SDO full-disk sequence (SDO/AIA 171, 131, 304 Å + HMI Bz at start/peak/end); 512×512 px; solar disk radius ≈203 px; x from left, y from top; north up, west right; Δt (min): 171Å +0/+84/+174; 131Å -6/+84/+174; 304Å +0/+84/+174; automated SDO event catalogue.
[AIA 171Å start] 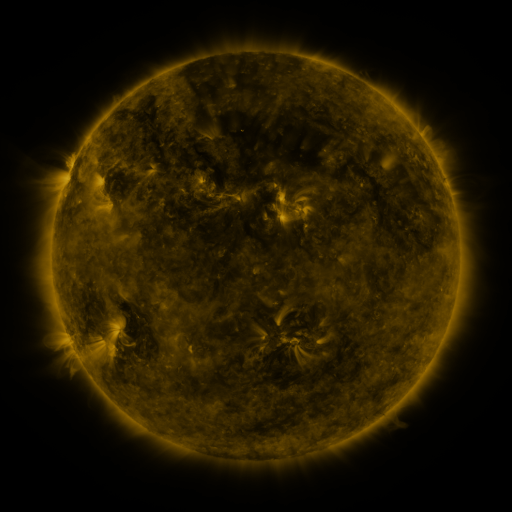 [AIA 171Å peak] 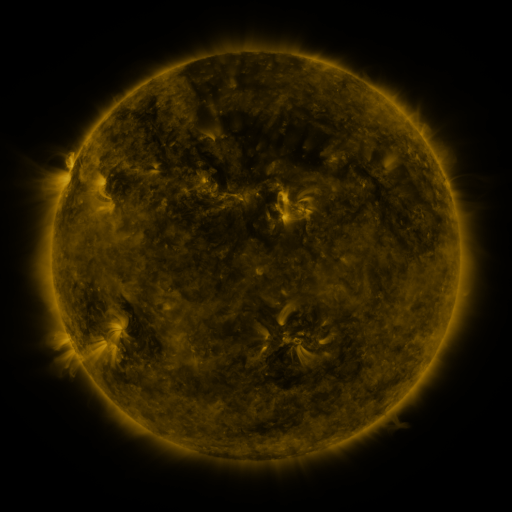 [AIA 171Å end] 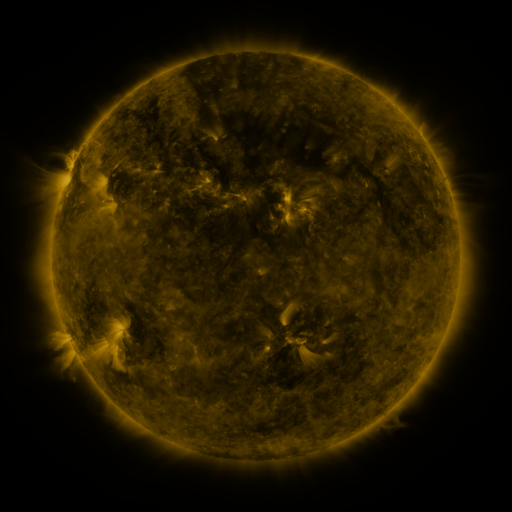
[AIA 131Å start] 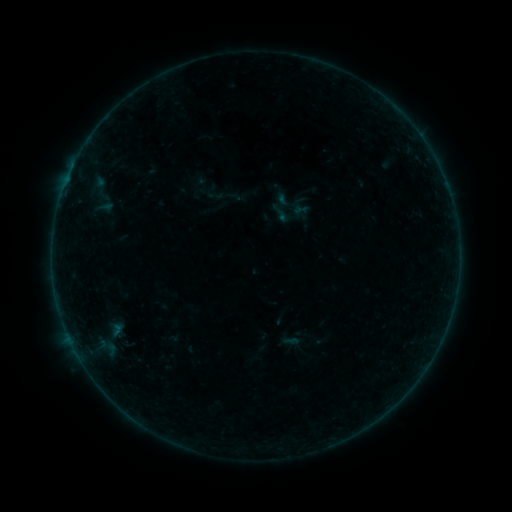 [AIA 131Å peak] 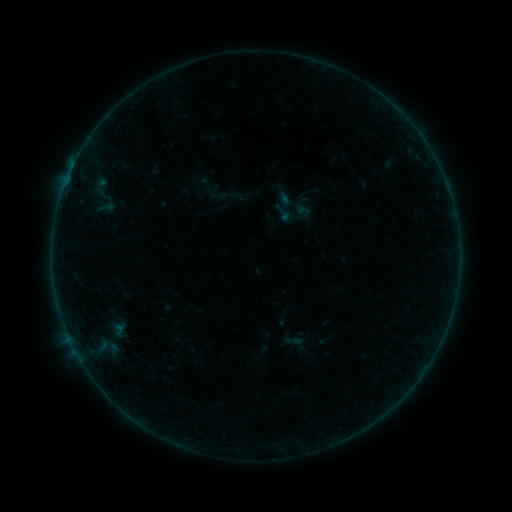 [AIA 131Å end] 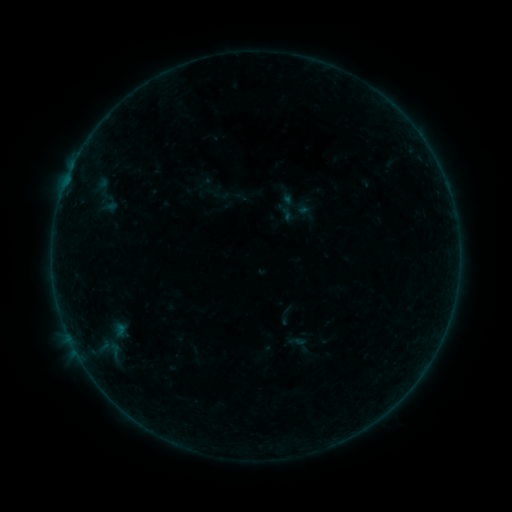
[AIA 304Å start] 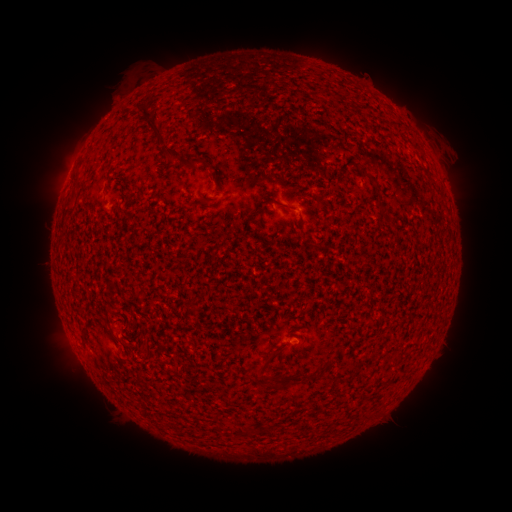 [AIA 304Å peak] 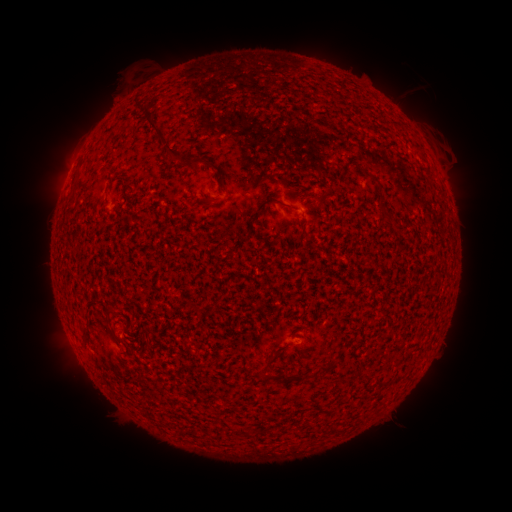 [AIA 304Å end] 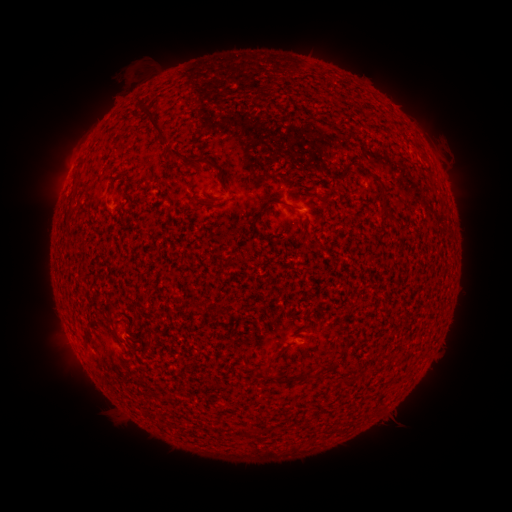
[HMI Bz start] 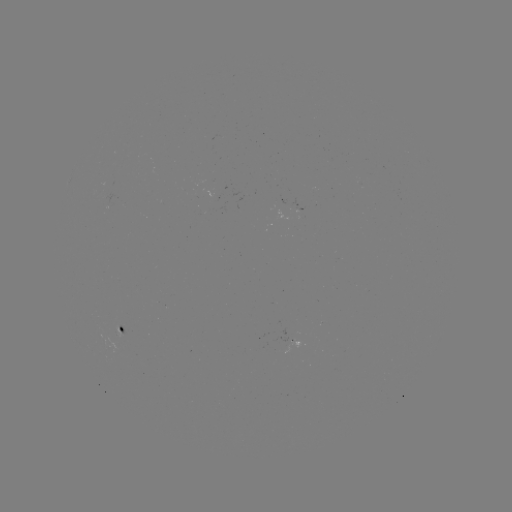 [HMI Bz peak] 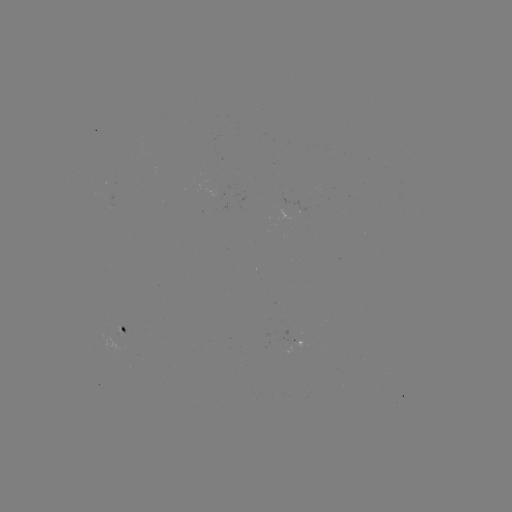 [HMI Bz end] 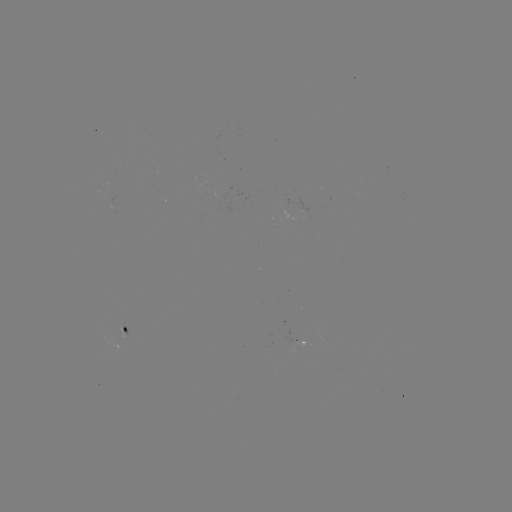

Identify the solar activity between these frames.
filament eruption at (420, 96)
